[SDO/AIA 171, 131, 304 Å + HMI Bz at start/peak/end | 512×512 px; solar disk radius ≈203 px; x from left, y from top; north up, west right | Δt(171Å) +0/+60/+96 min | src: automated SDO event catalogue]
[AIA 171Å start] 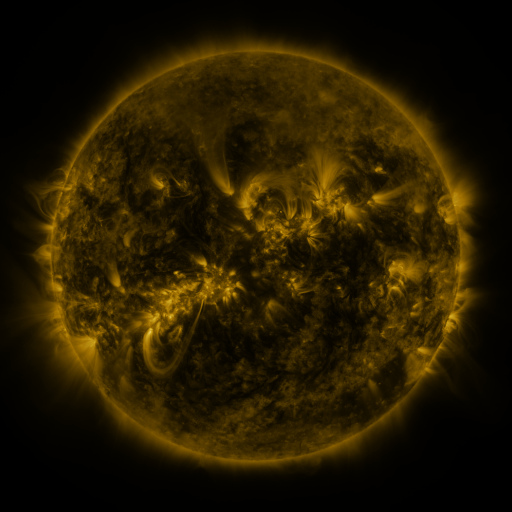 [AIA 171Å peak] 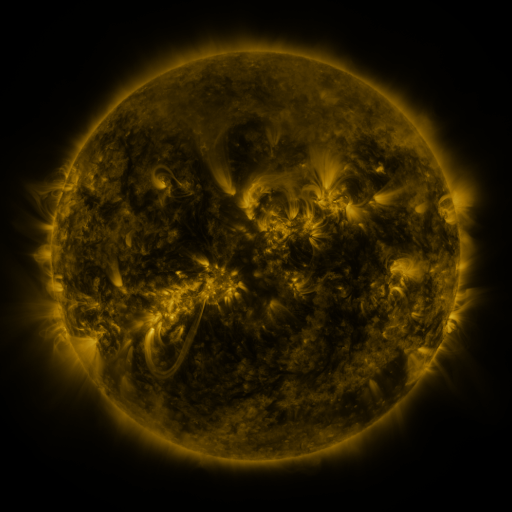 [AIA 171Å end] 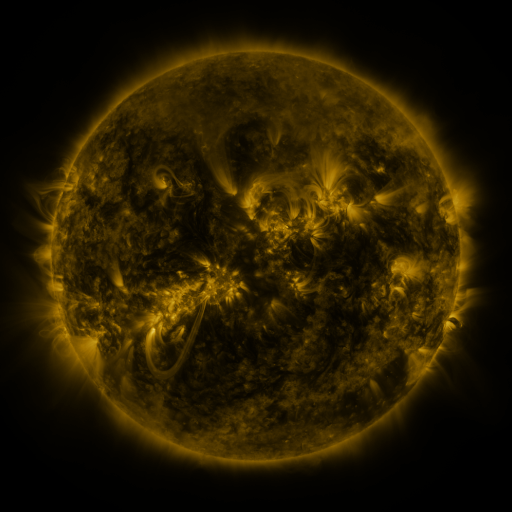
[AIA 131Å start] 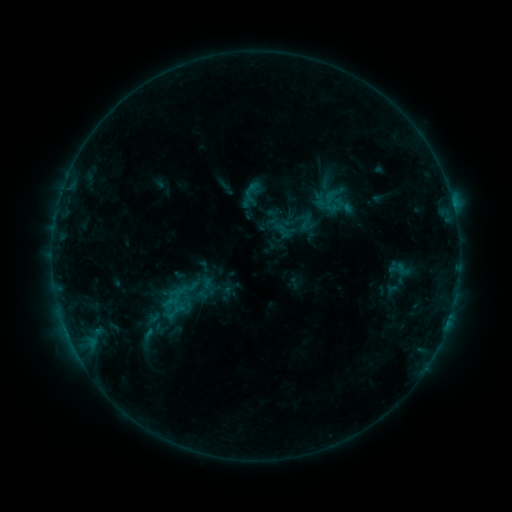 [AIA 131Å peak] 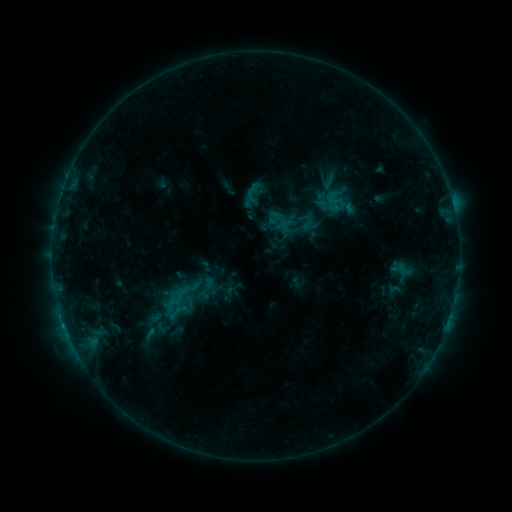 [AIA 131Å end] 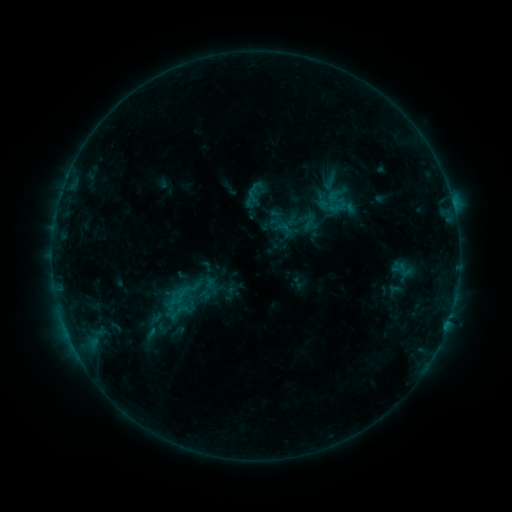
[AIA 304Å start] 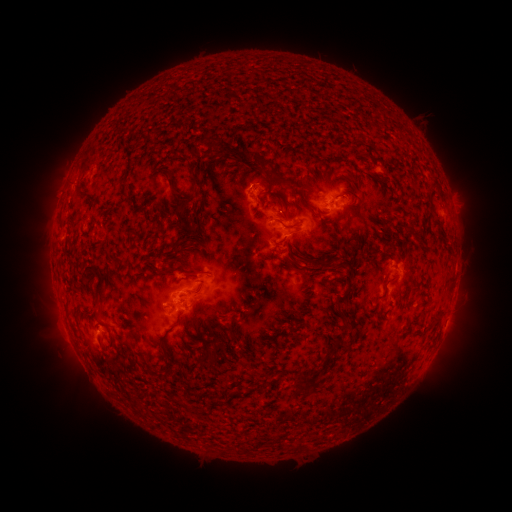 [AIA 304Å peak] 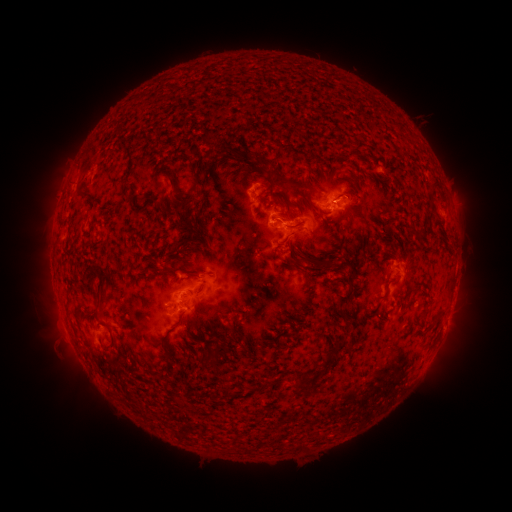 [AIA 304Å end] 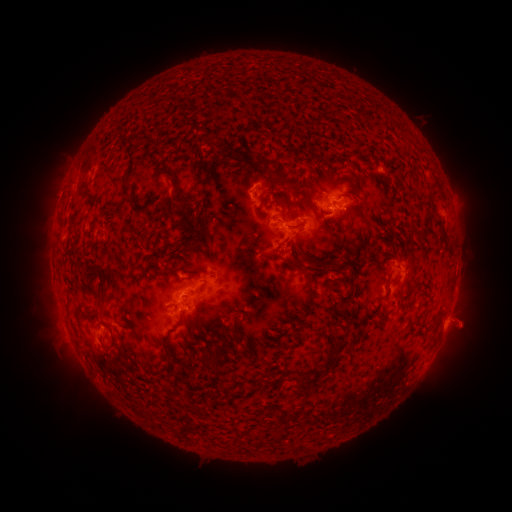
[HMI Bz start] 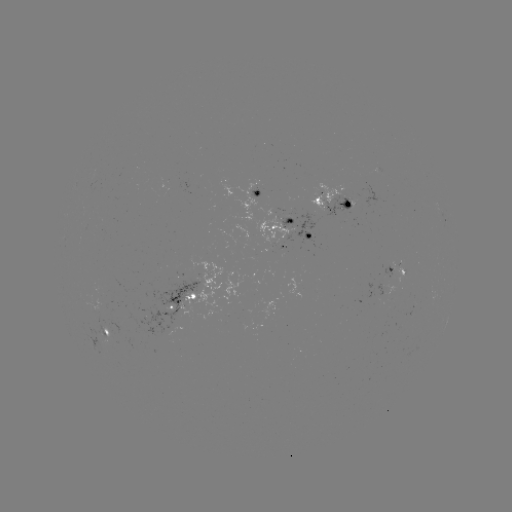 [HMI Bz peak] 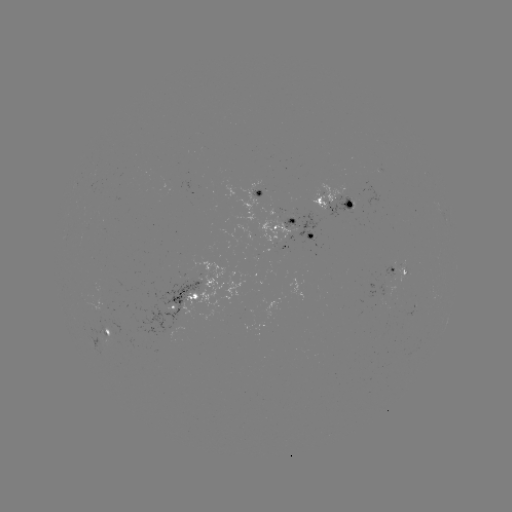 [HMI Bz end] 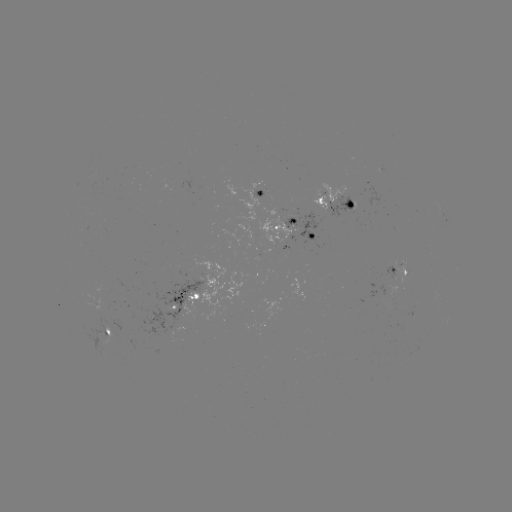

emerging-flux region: [92, 286, 103, 297]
